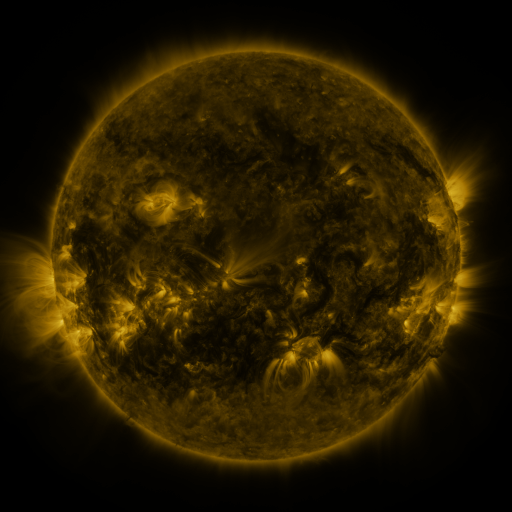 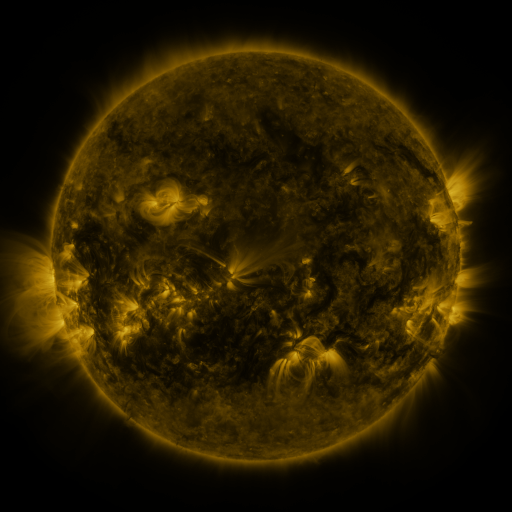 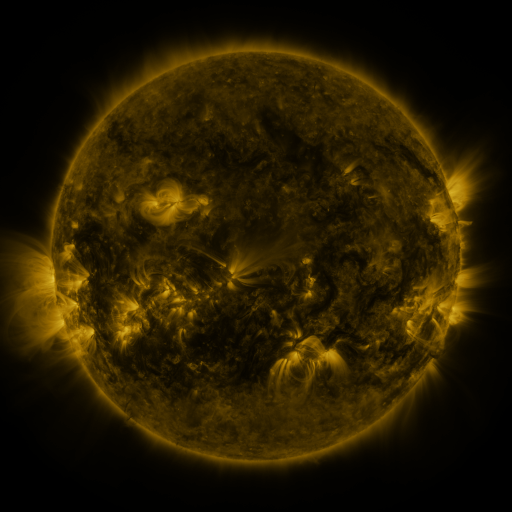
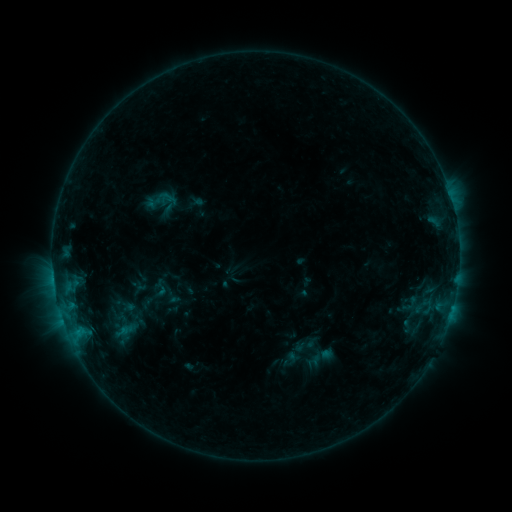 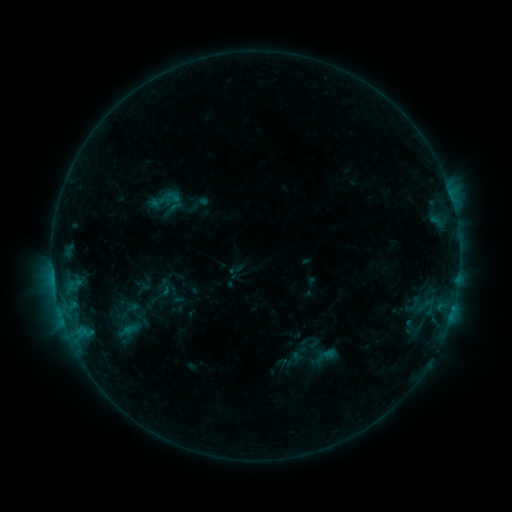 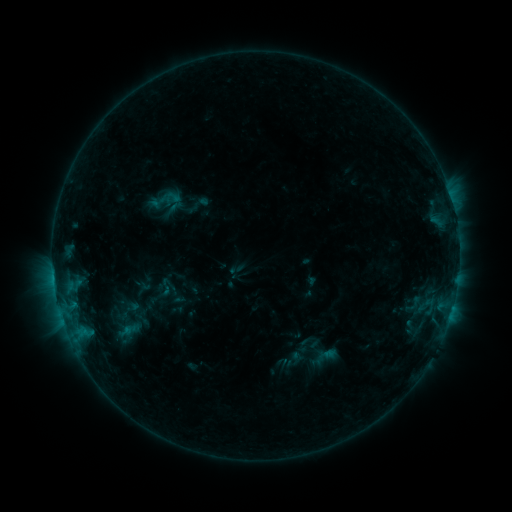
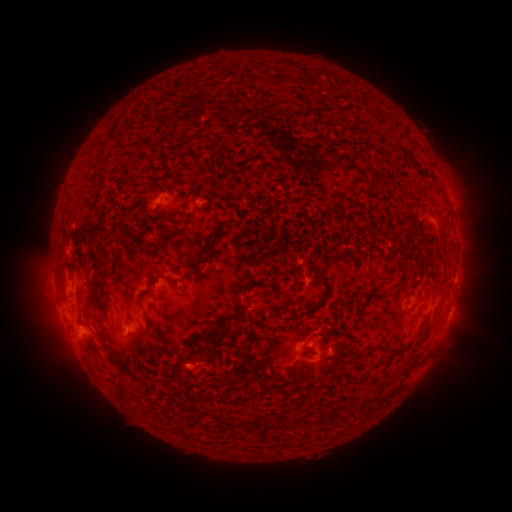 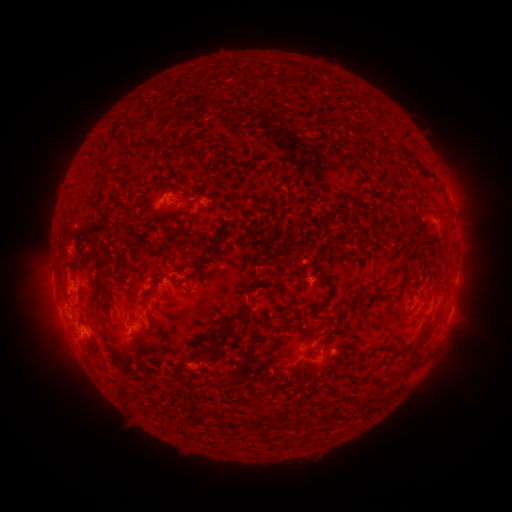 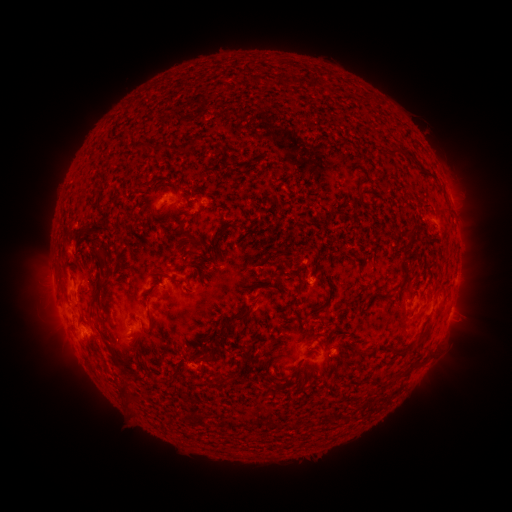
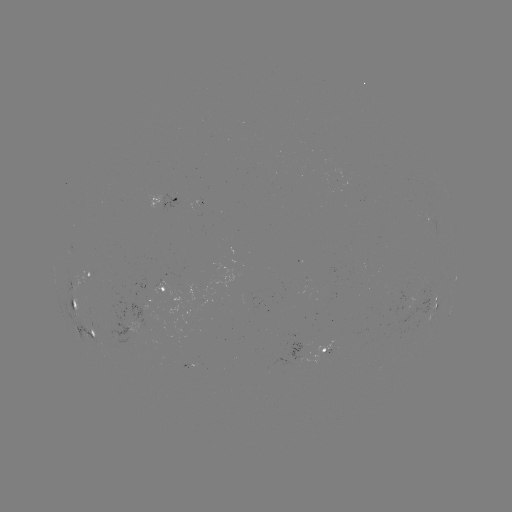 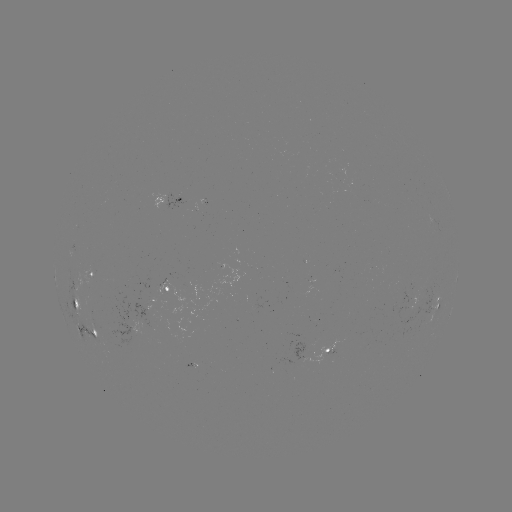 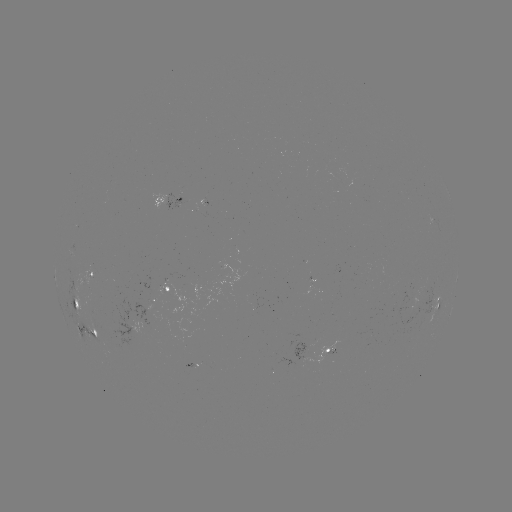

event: emerging-flux region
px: (330, 345)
